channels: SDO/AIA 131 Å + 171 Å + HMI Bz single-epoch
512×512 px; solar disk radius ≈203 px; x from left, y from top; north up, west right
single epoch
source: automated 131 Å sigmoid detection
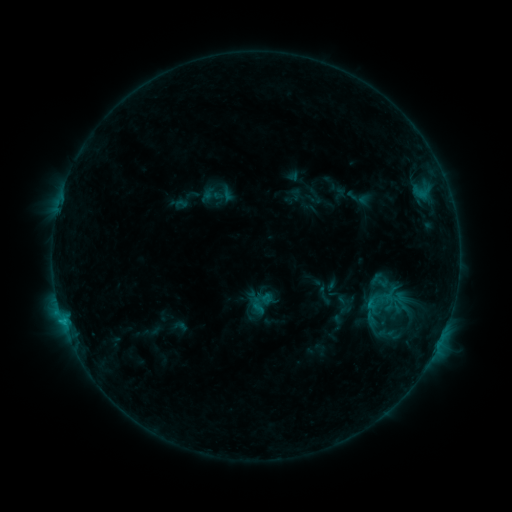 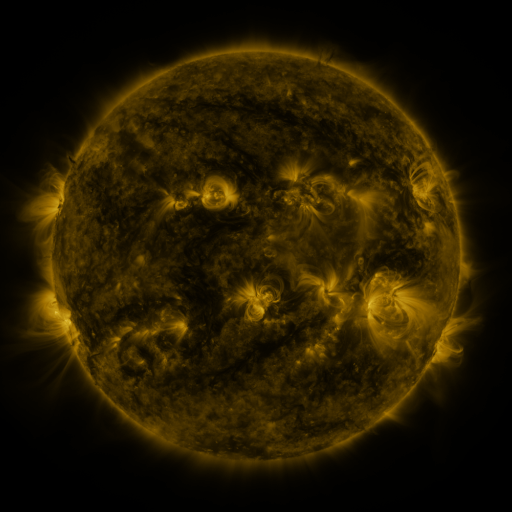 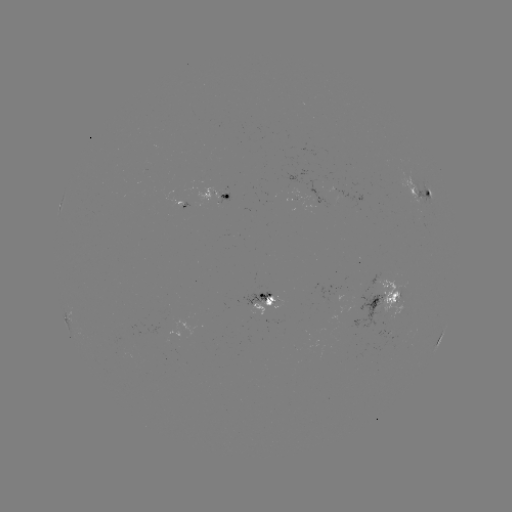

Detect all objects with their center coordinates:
sigmoid: [245, 286, 278, 318]
